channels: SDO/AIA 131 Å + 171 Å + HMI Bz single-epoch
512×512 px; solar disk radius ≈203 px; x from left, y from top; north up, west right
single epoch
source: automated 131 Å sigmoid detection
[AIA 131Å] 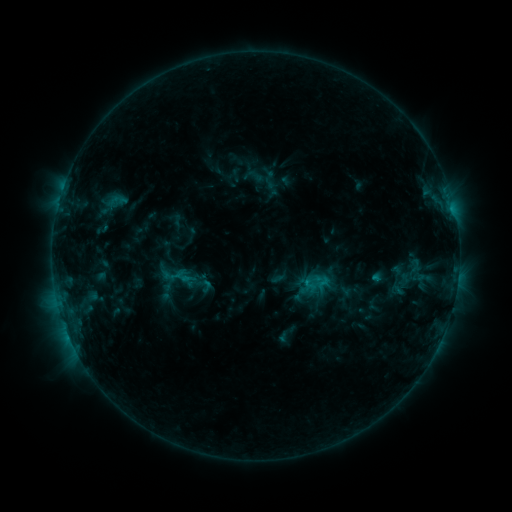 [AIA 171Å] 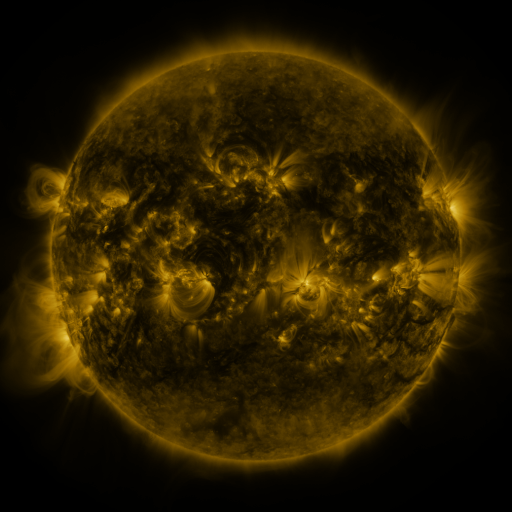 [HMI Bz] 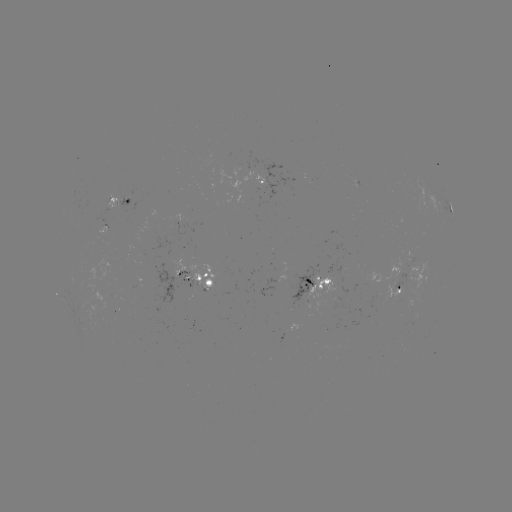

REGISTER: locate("sigmoid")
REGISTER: [316, 285]